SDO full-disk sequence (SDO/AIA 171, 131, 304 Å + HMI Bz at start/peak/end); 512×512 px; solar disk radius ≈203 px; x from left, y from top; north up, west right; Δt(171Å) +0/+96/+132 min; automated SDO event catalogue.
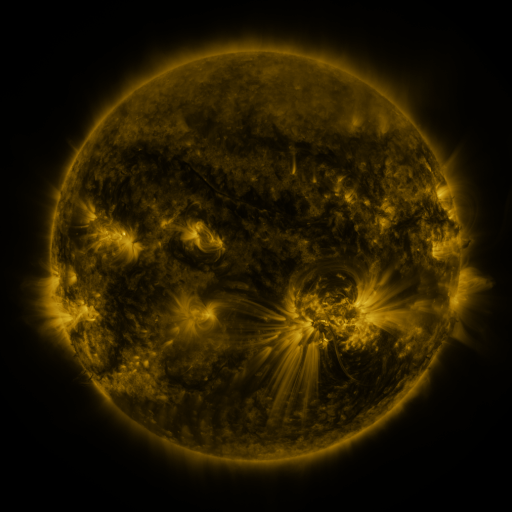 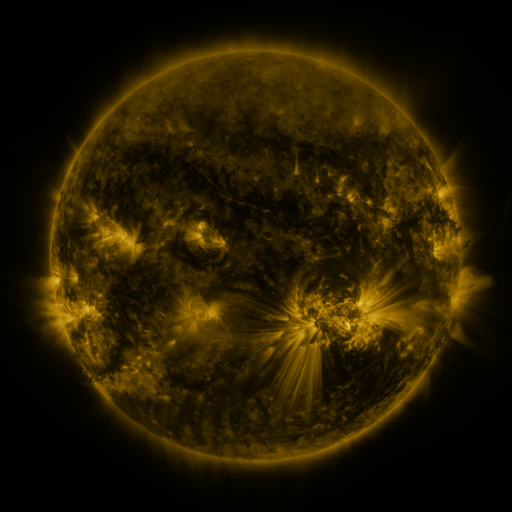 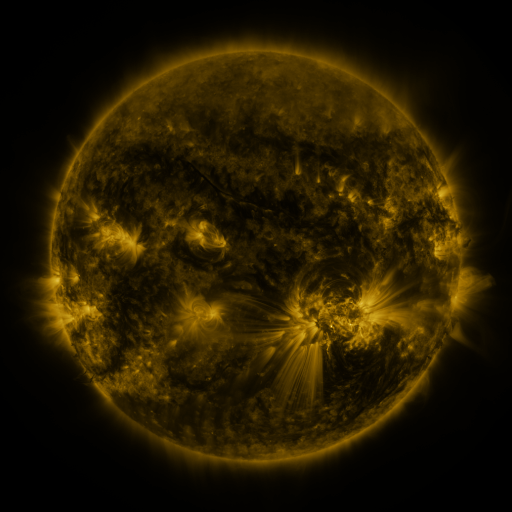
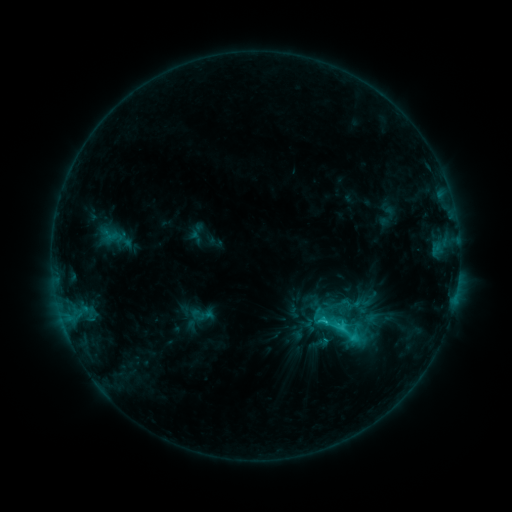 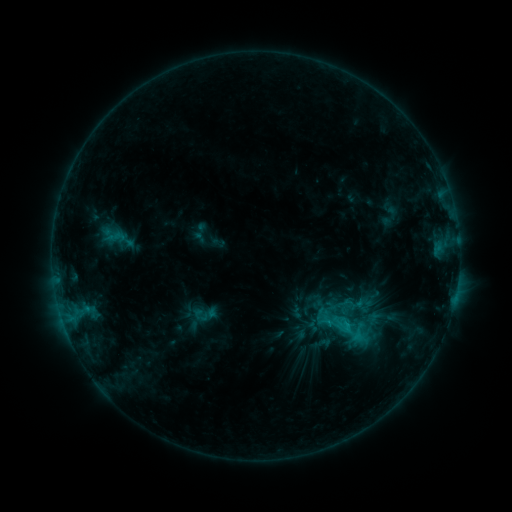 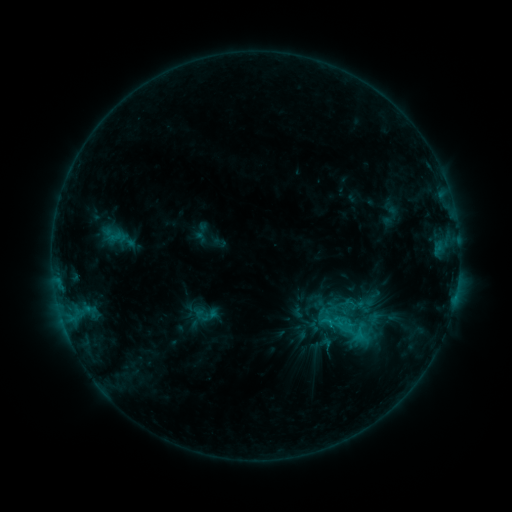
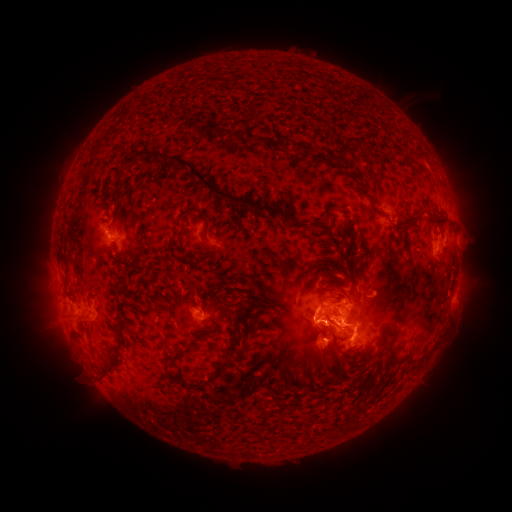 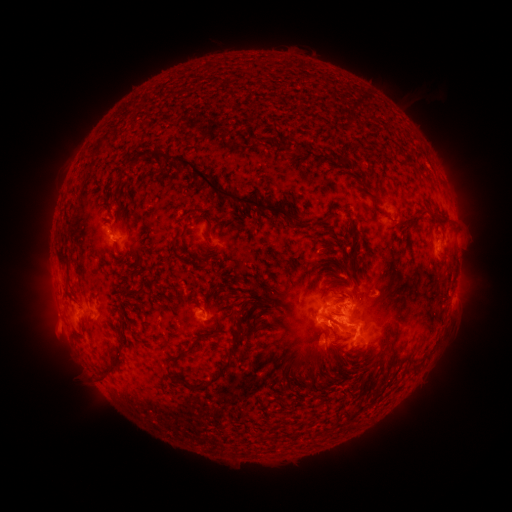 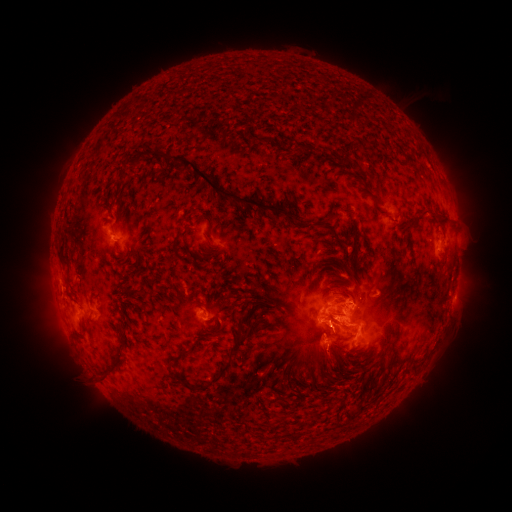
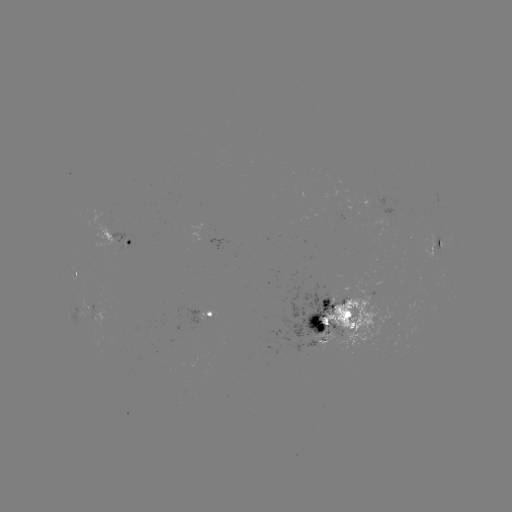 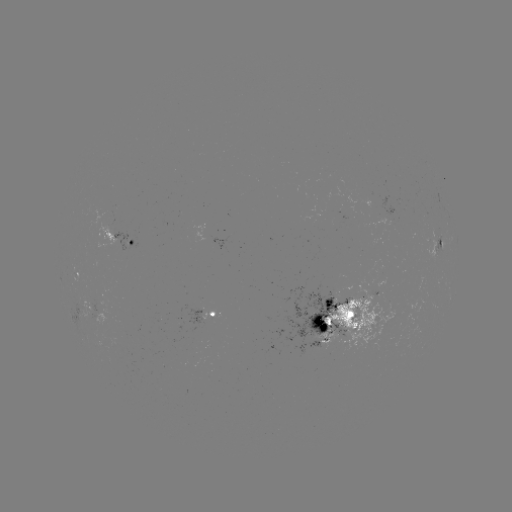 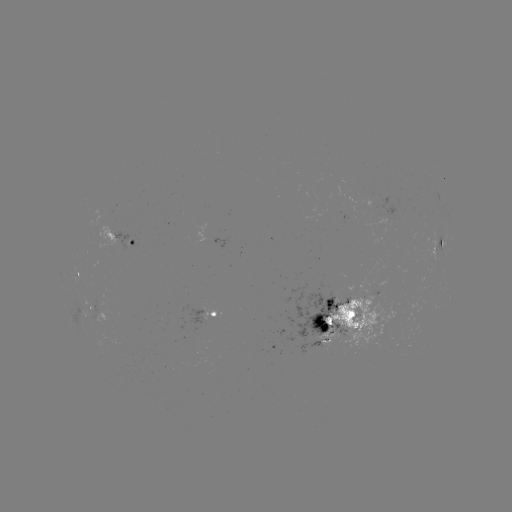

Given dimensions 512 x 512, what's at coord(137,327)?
emerging-flux region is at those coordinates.